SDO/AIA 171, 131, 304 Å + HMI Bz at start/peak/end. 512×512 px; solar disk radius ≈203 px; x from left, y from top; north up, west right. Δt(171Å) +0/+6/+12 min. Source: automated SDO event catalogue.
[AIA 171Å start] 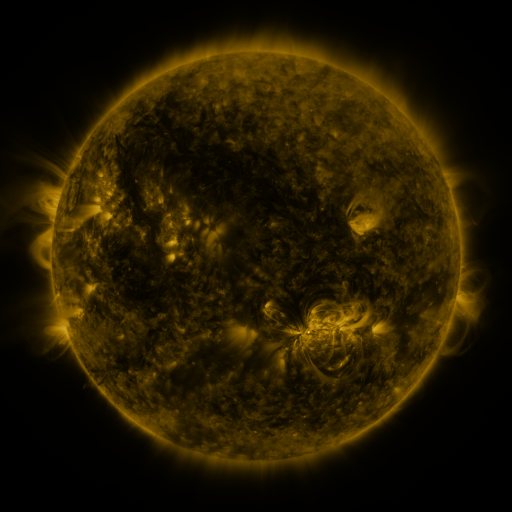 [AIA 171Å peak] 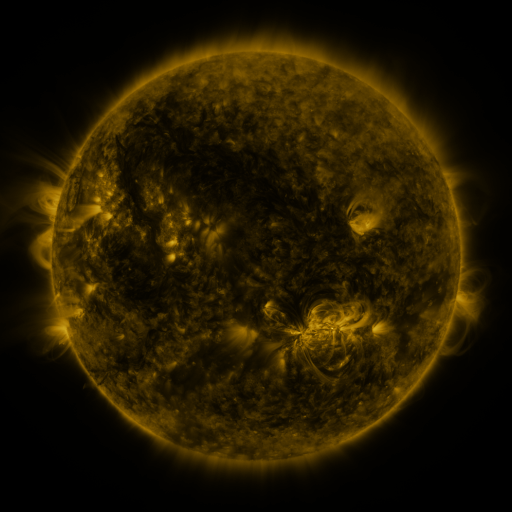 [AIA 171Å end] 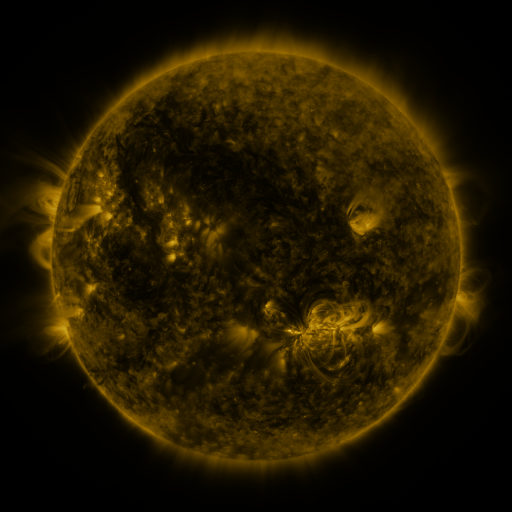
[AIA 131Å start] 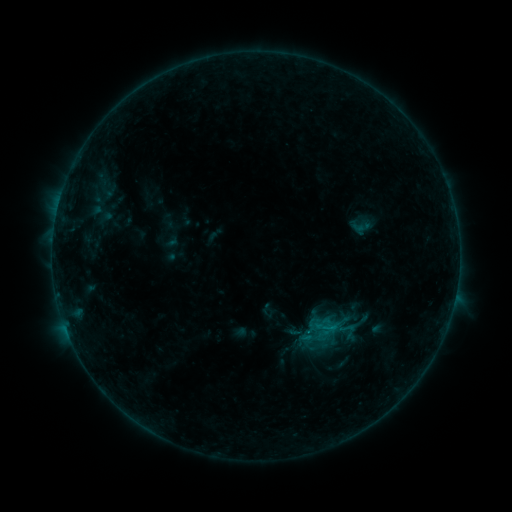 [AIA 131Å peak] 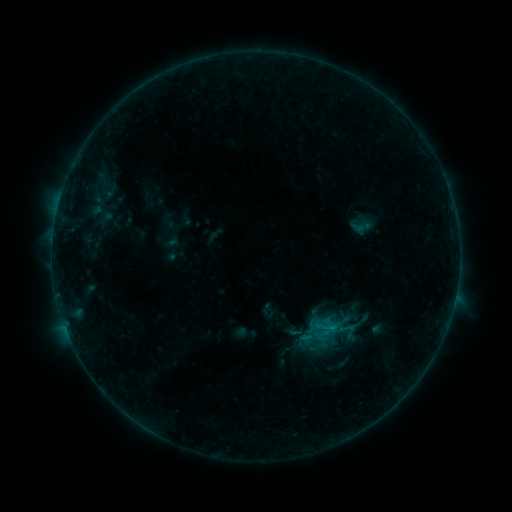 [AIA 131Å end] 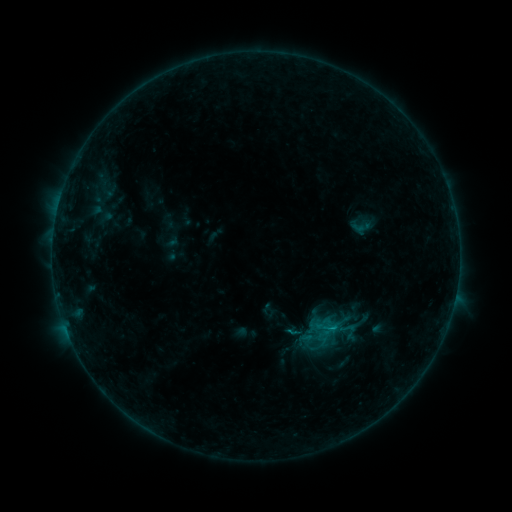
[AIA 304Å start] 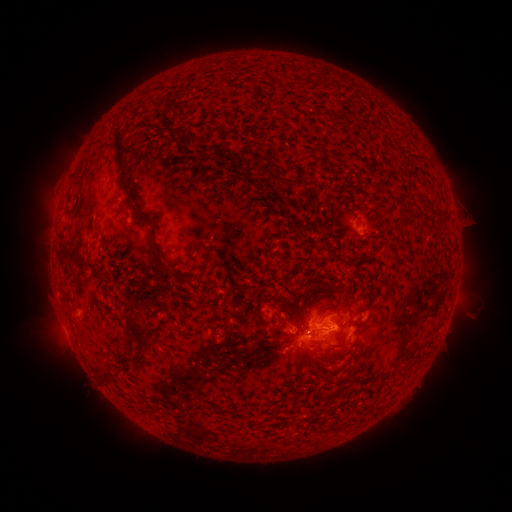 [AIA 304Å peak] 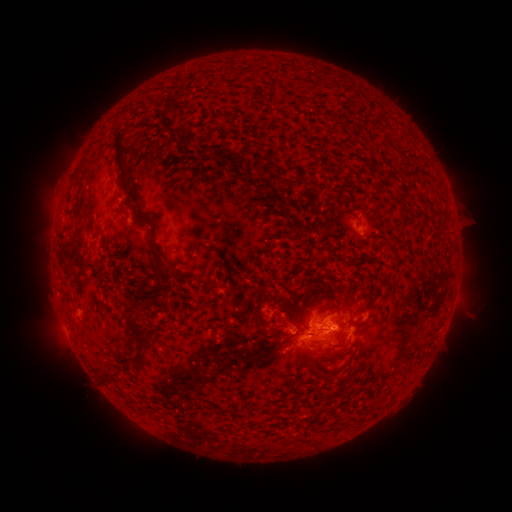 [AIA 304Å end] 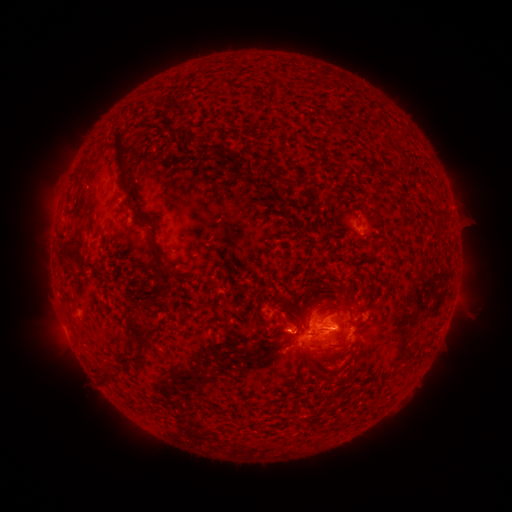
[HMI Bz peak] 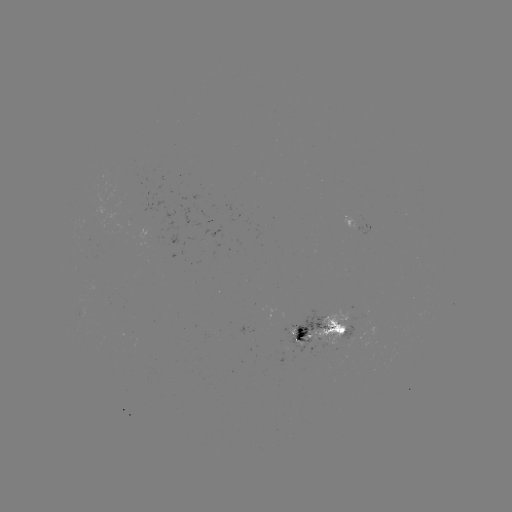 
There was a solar flare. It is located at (330, 327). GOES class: B8.5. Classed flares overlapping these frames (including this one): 1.